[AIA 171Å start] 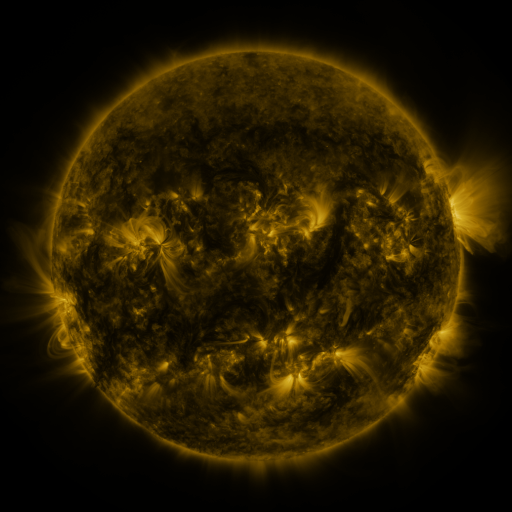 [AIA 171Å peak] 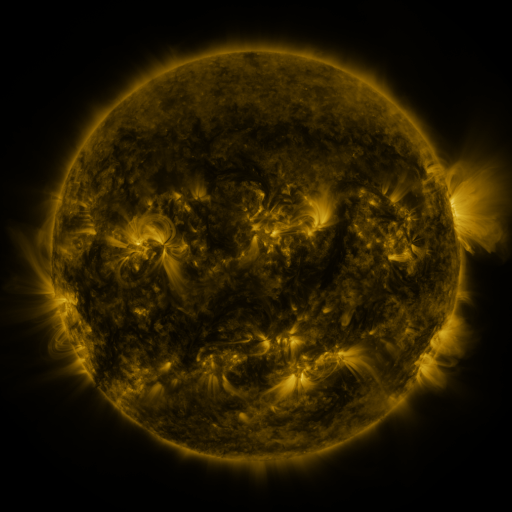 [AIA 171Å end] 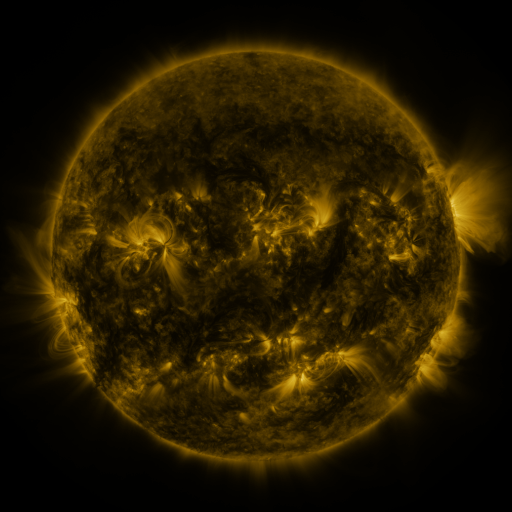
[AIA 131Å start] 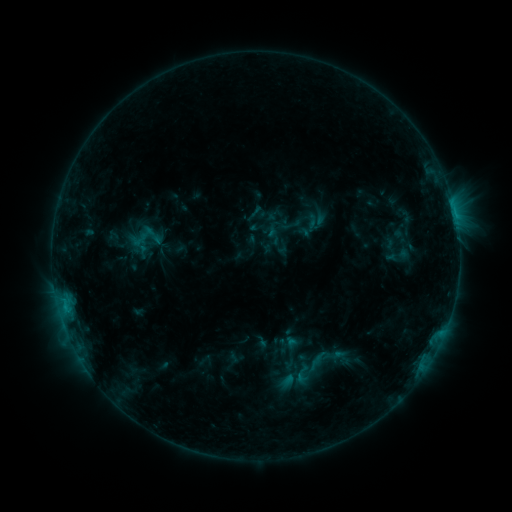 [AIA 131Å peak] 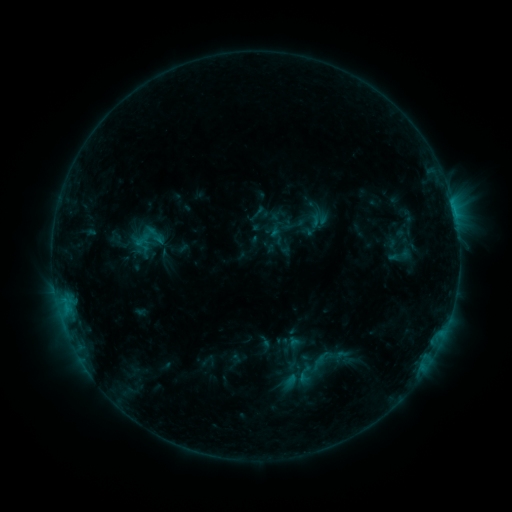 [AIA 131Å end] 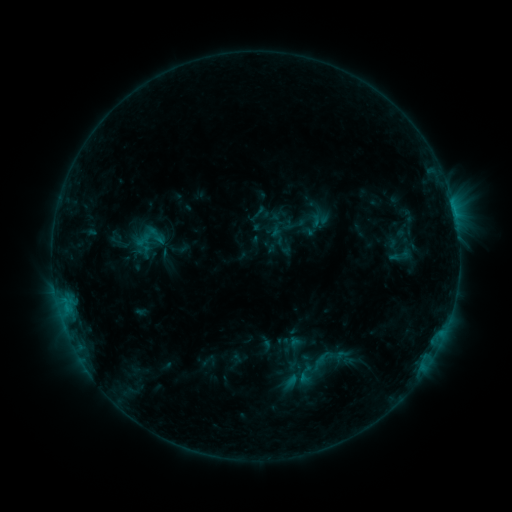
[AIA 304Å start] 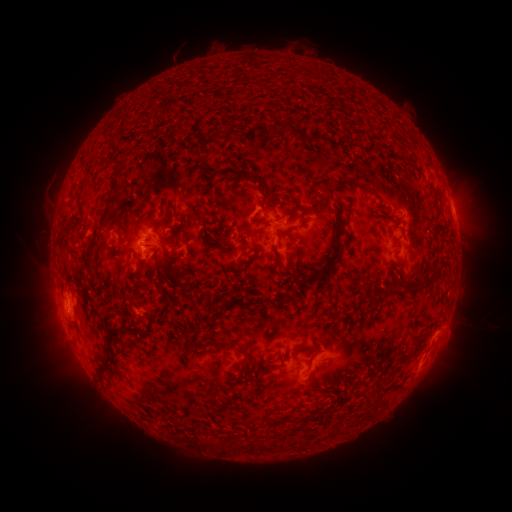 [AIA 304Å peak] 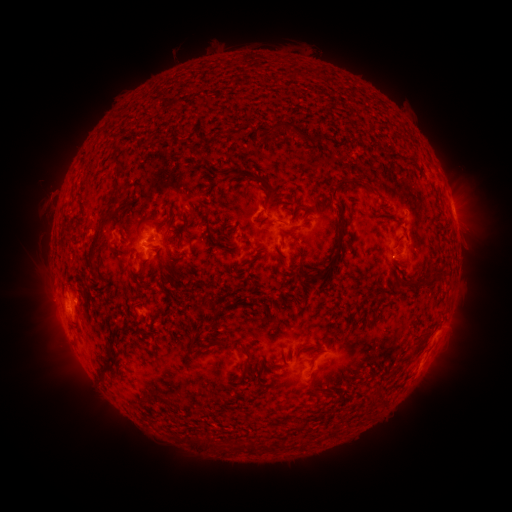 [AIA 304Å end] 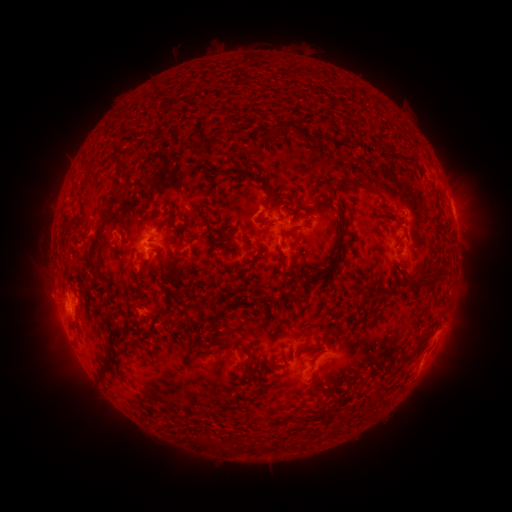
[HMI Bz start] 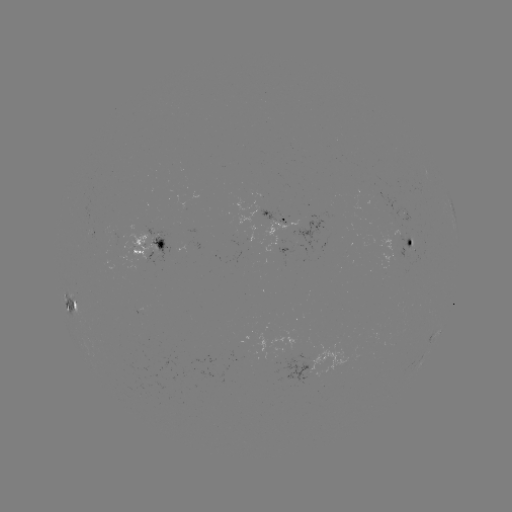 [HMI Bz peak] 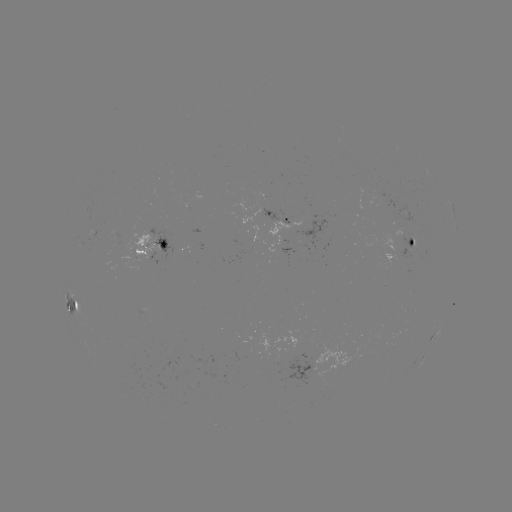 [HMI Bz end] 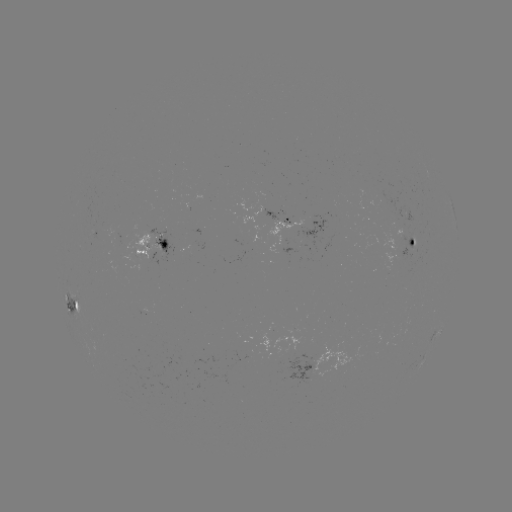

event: emerging-flux region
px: (412, 242)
